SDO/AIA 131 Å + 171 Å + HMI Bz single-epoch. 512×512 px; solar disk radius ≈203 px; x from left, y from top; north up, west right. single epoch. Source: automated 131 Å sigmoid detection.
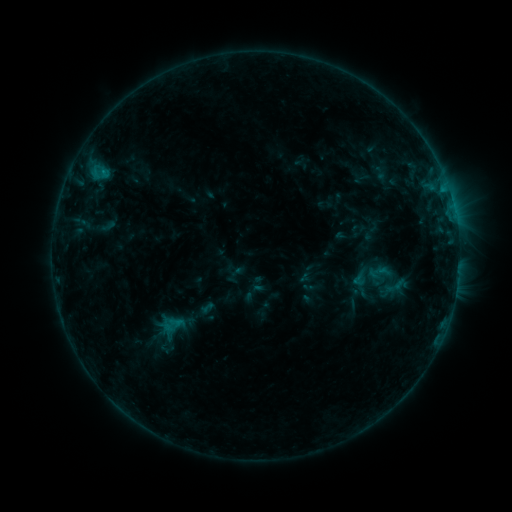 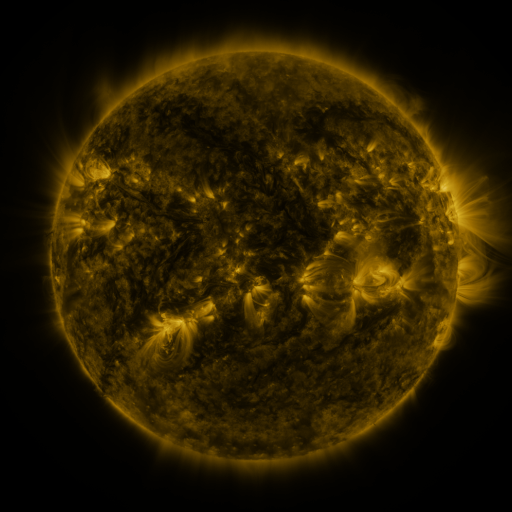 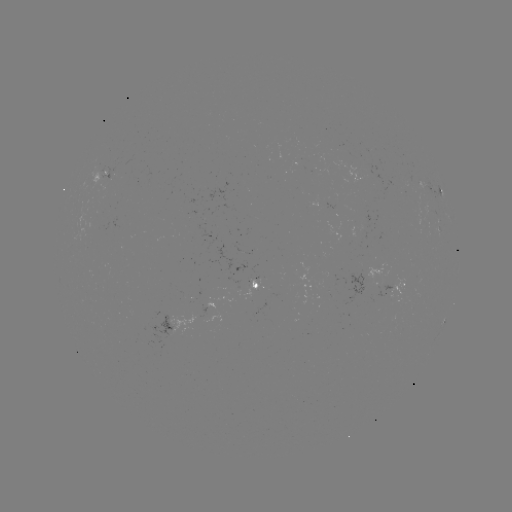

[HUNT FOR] sigmoid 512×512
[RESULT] [169, 333]